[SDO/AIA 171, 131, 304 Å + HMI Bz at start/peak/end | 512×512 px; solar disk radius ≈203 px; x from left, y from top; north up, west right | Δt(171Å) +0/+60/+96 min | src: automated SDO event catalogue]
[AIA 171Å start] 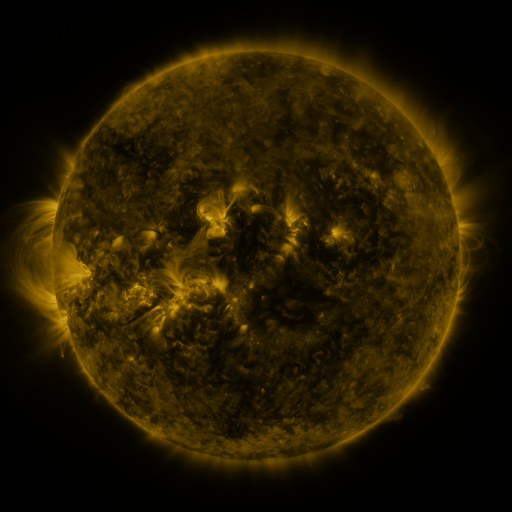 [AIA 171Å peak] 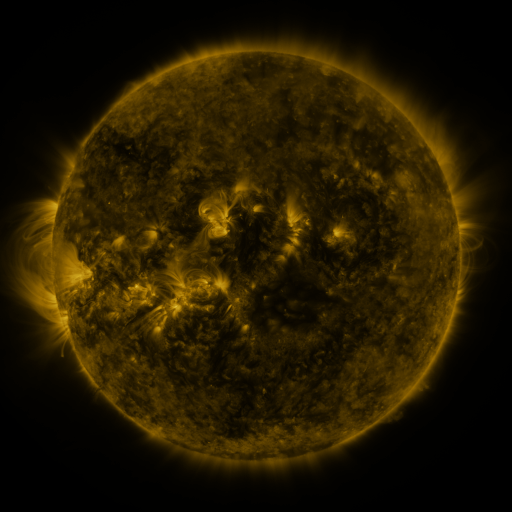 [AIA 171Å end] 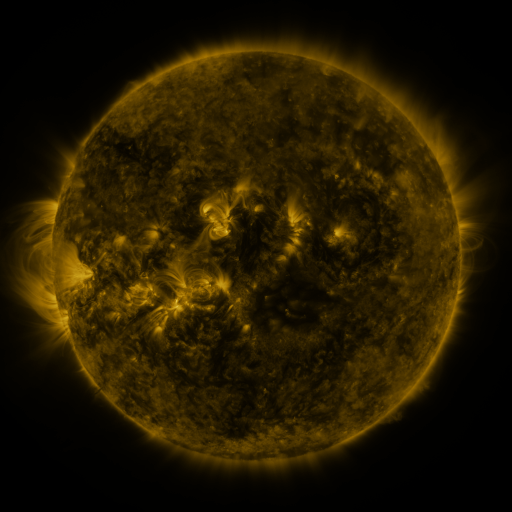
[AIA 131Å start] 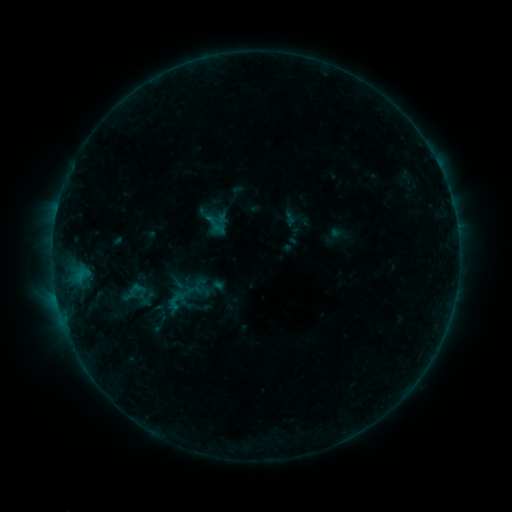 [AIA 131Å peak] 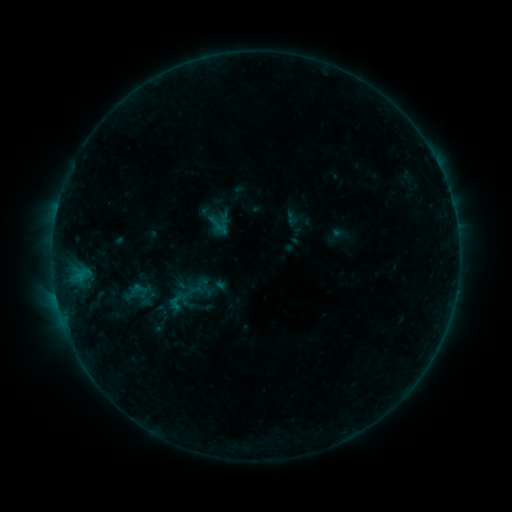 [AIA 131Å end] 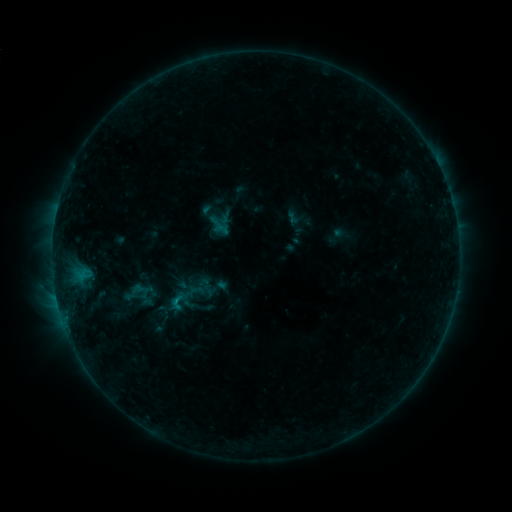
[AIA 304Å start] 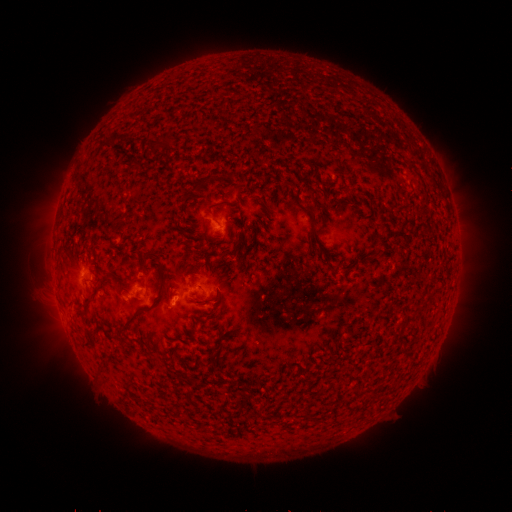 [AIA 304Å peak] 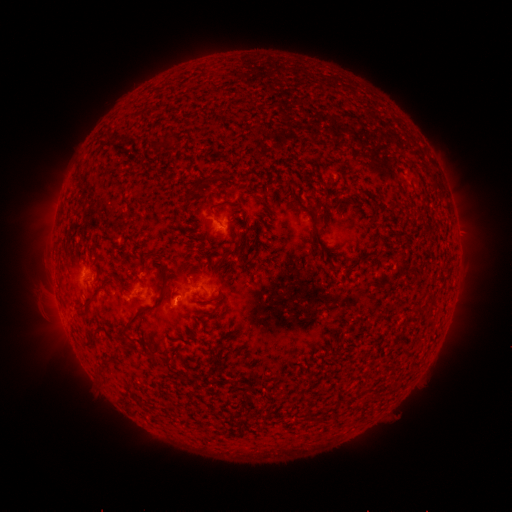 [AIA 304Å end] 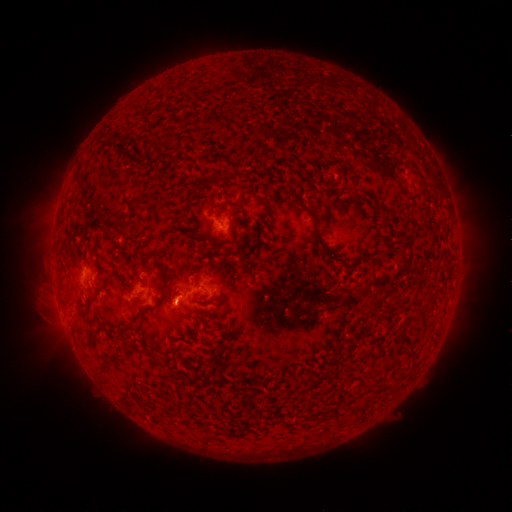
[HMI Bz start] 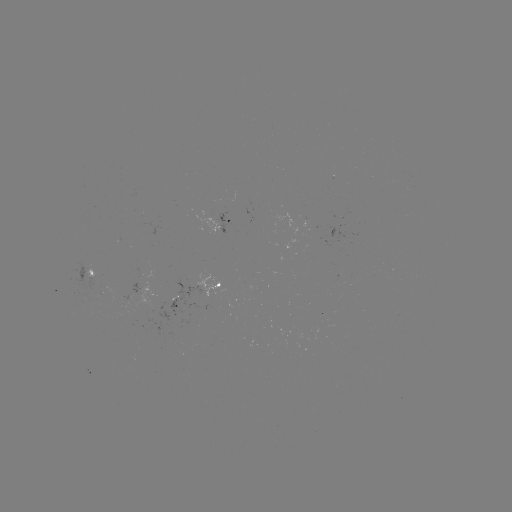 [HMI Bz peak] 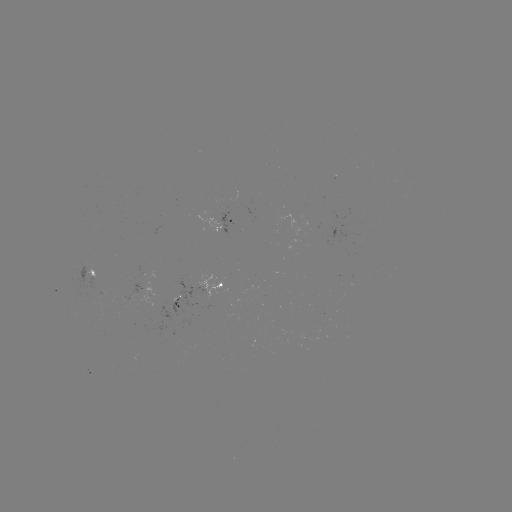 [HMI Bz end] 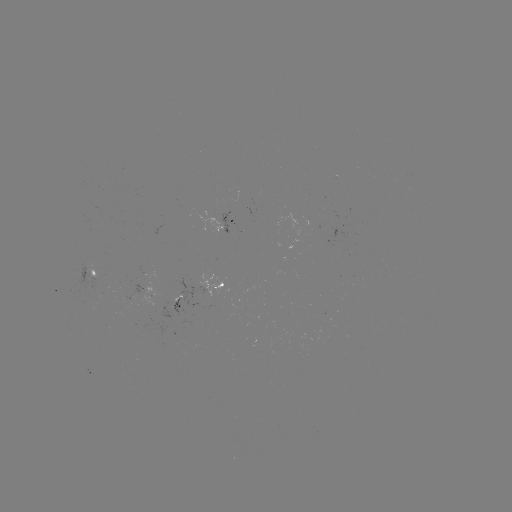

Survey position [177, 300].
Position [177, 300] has emerging-flux region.